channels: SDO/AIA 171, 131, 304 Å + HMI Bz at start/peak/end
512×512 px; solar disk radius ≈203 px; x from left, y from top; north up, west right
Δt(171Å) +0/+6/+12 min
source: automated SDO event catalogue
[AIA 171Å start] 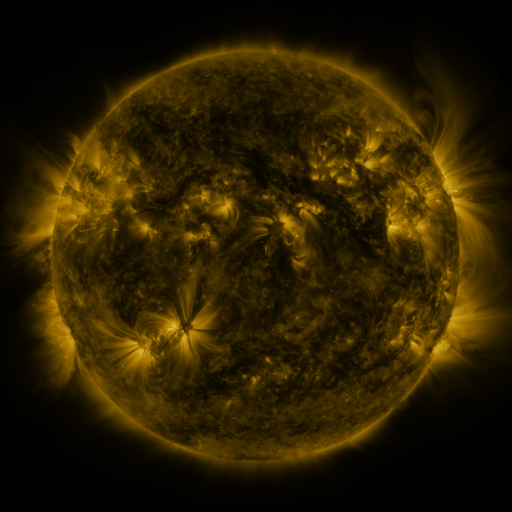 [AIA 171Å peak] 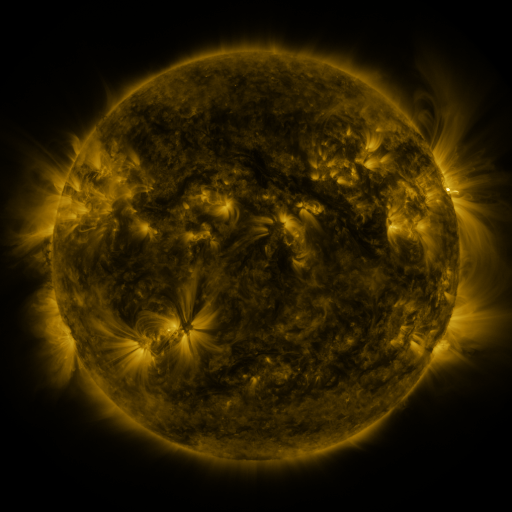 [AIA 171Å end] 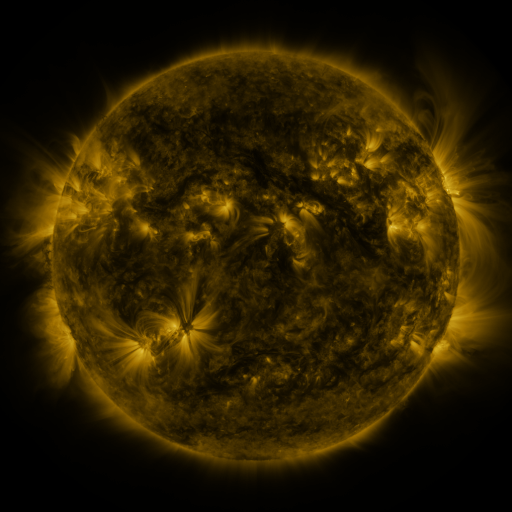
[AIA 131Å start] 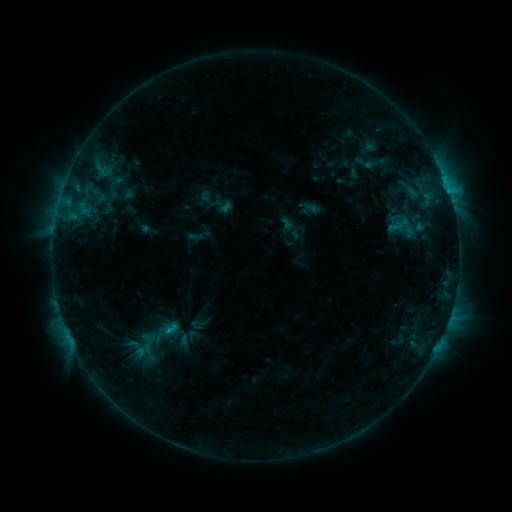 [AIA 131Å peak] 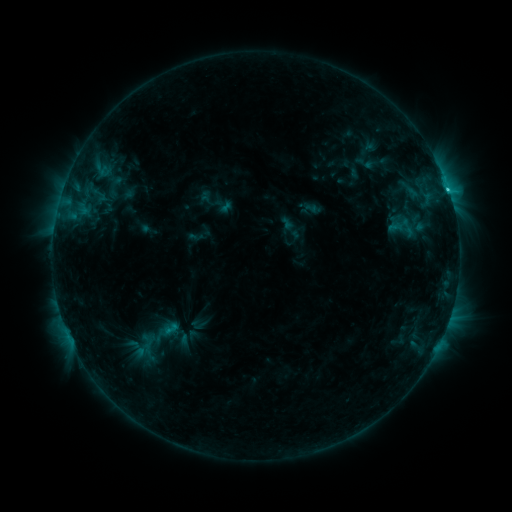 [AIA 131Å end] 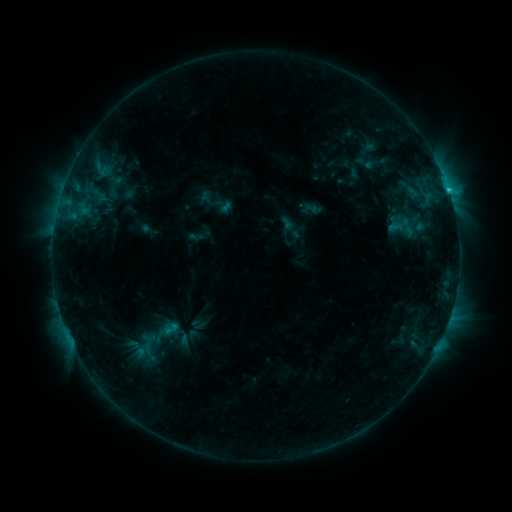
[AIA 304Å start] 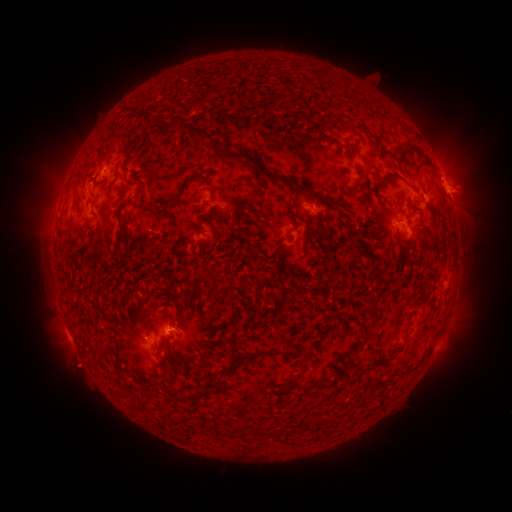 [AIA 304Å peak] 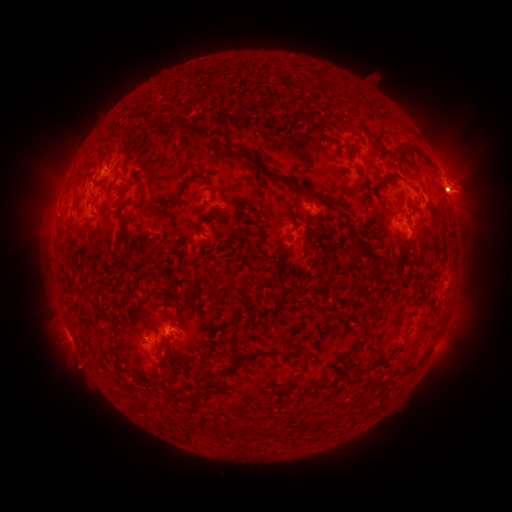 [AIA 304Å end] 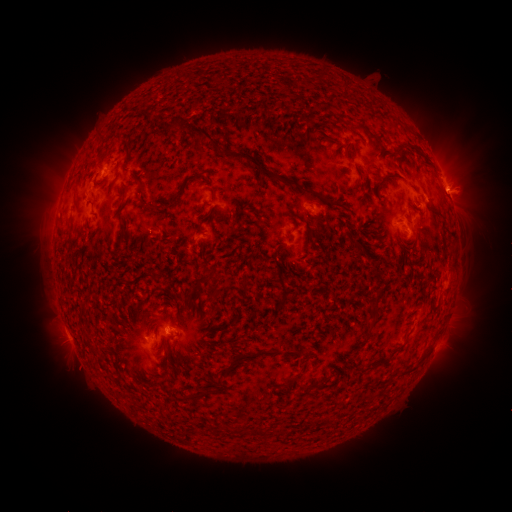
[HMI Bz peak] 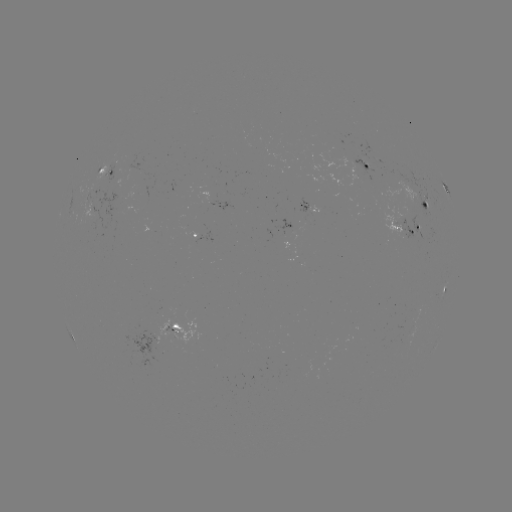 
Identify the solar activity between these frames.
eruption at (466, 185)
